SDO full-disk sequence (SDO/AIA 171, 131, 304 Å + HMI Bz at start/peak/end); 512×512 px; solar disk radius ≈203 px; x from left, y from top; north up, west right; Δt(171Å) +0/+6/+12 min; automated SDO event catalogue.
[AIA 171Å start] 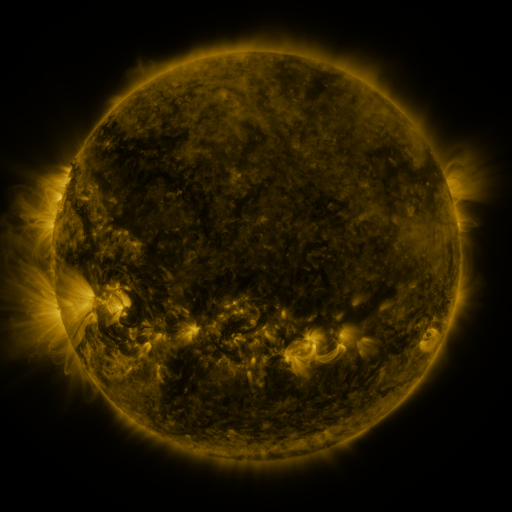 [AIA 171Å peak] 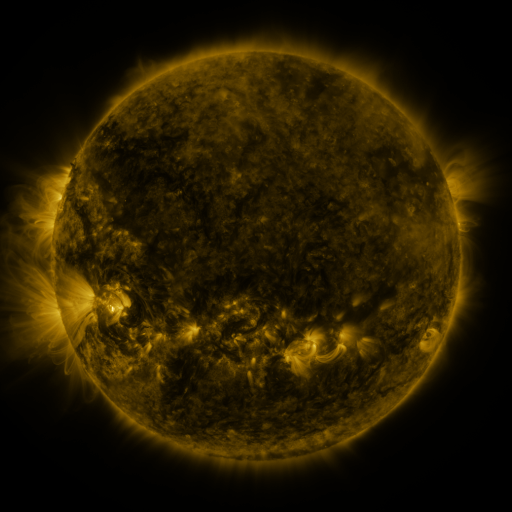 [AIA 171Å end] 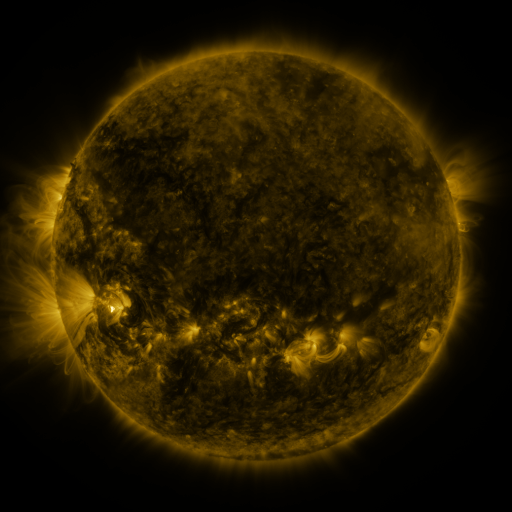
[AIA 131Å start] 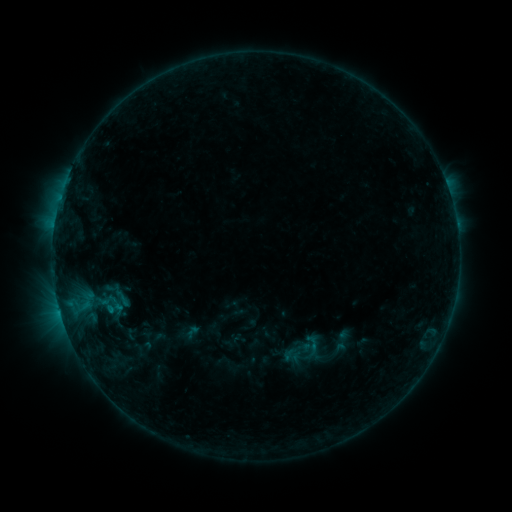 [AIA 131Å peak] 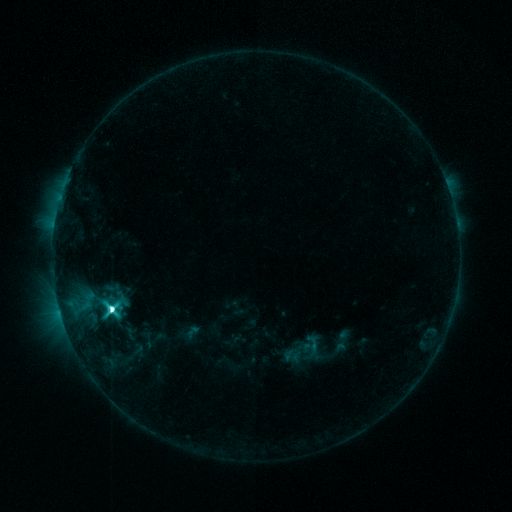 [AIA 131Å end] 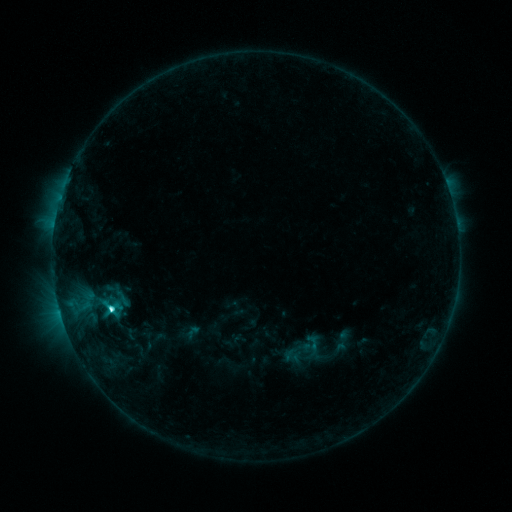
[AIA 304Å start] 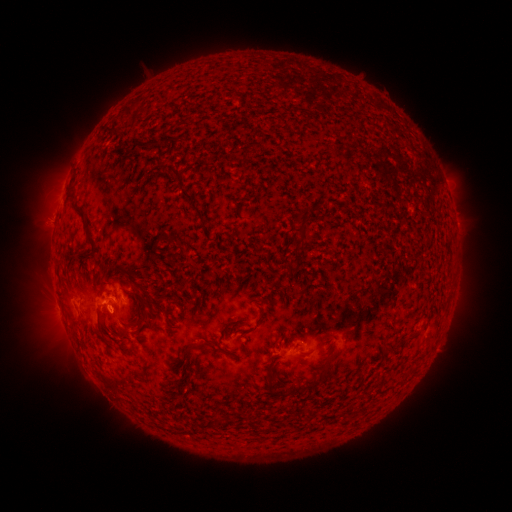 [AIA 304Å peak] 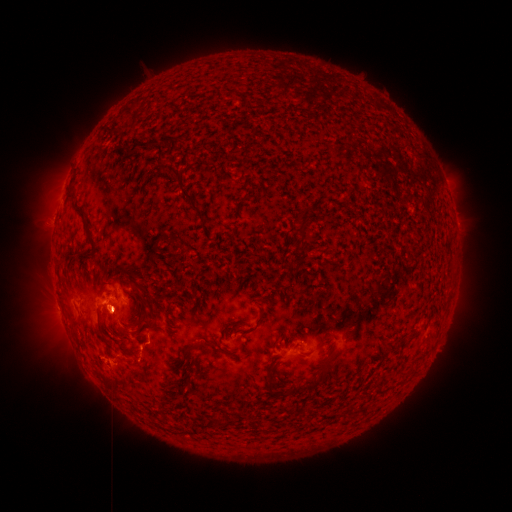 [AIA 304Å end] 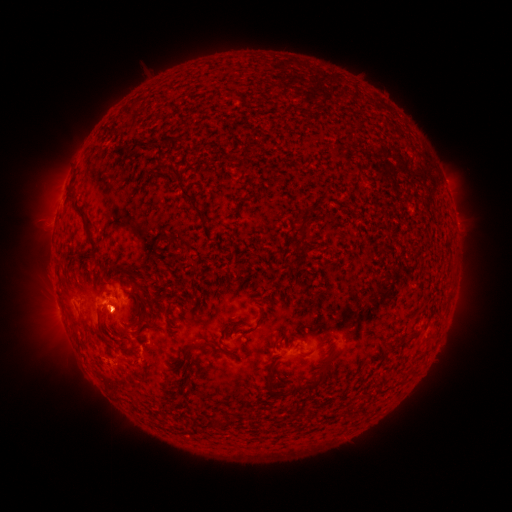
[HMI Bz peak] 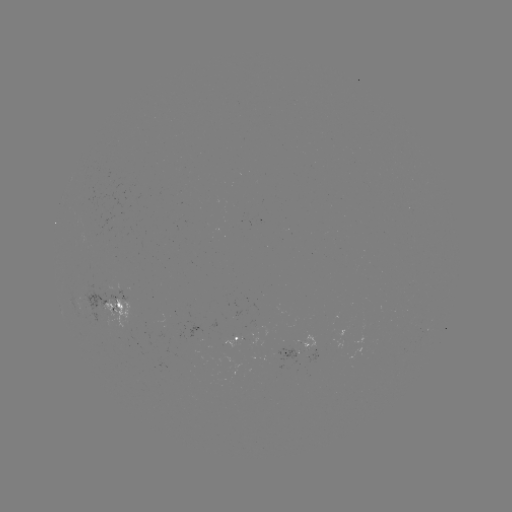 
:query M1.1 flare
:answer [114, 309]